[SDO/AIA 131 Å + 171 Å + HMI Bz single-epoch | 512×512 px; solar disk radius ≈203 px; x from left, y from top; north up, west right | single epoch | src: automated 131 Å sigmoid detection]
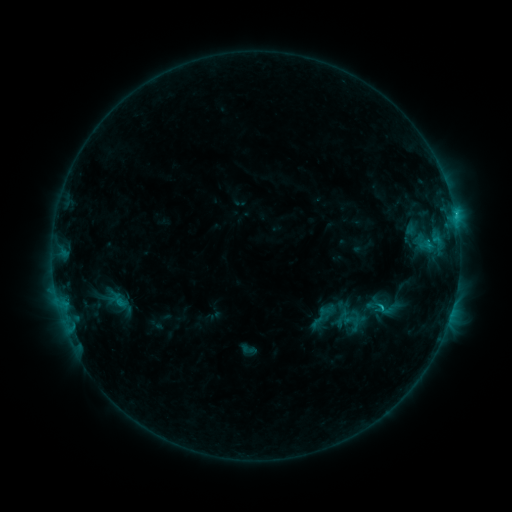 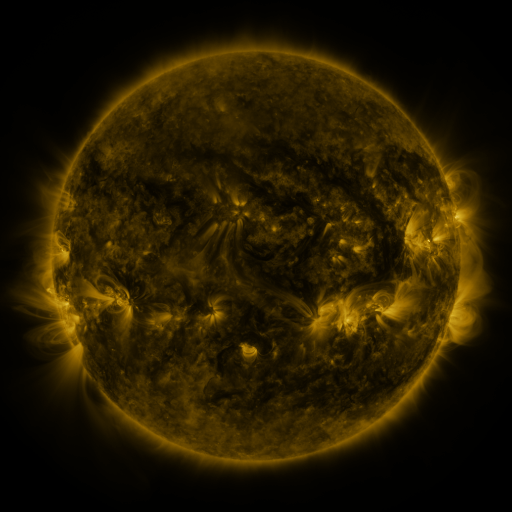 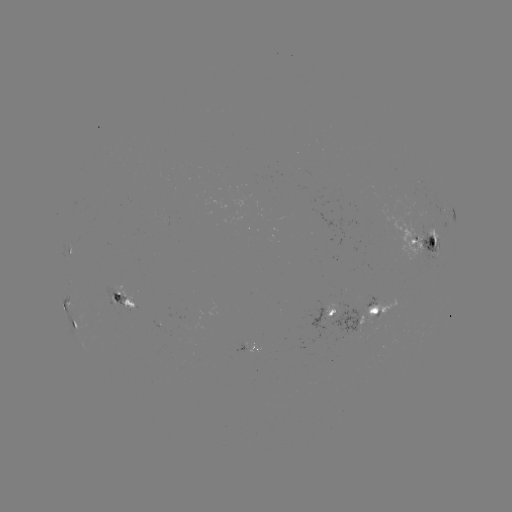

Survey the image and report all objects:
sigmoid: <bbox>367, 295, 388, 317</bbox>
